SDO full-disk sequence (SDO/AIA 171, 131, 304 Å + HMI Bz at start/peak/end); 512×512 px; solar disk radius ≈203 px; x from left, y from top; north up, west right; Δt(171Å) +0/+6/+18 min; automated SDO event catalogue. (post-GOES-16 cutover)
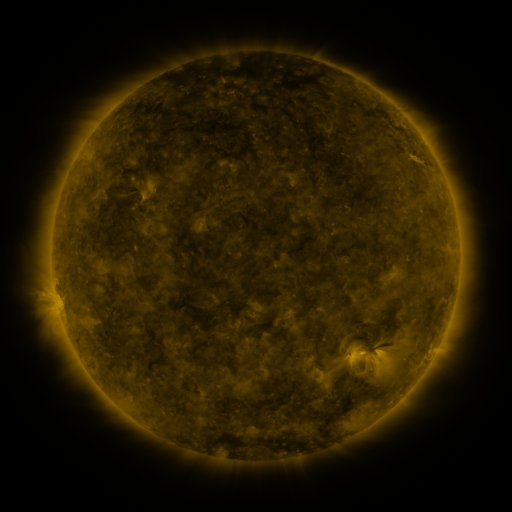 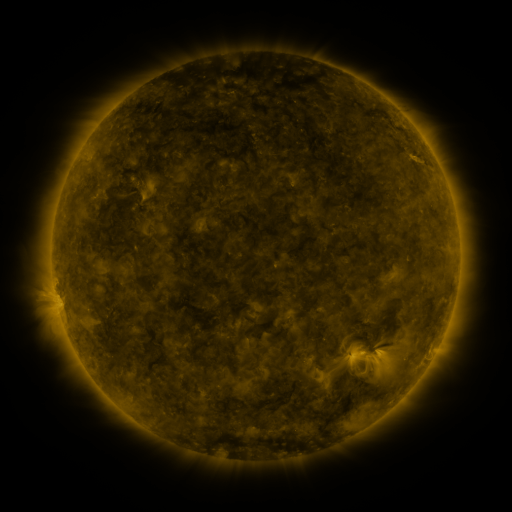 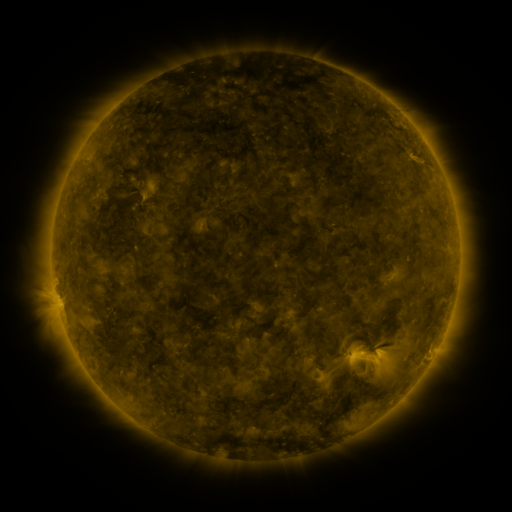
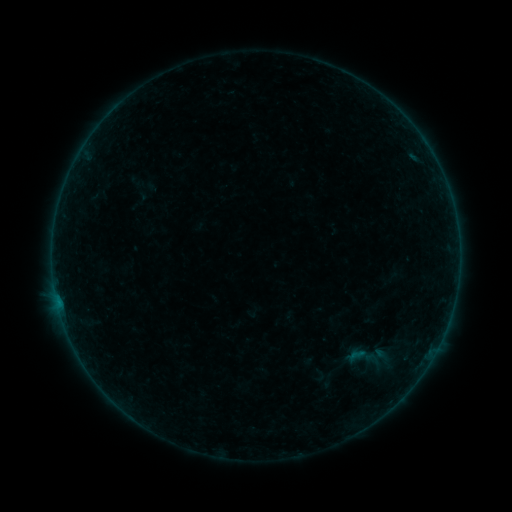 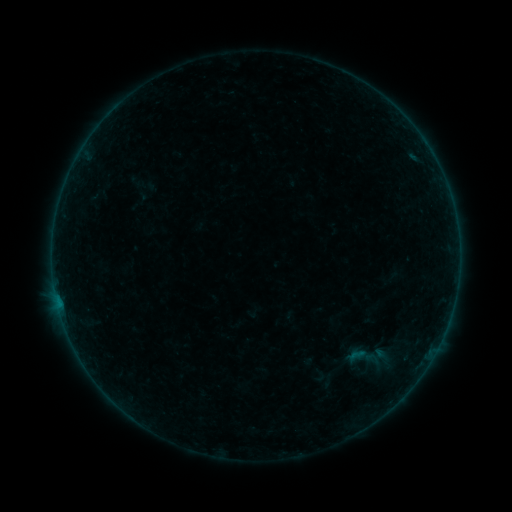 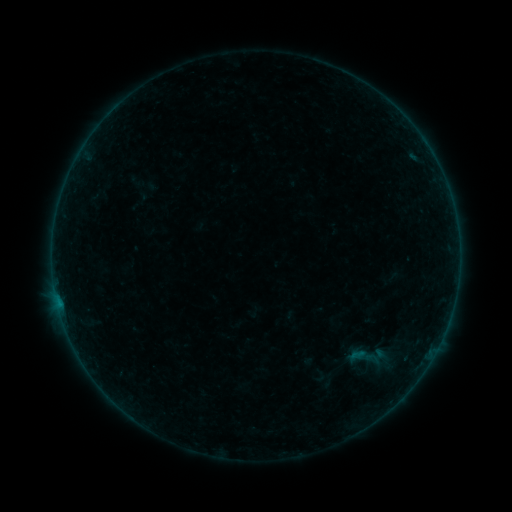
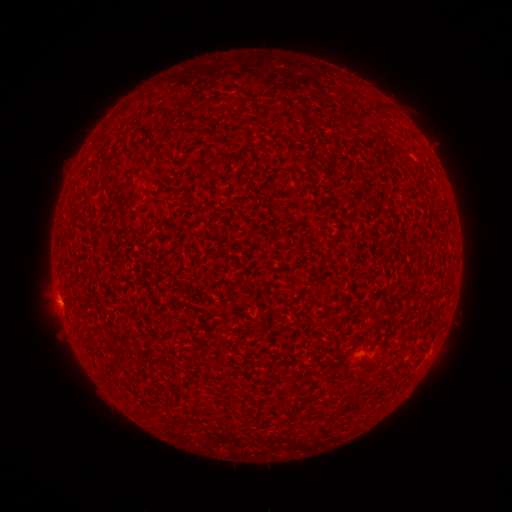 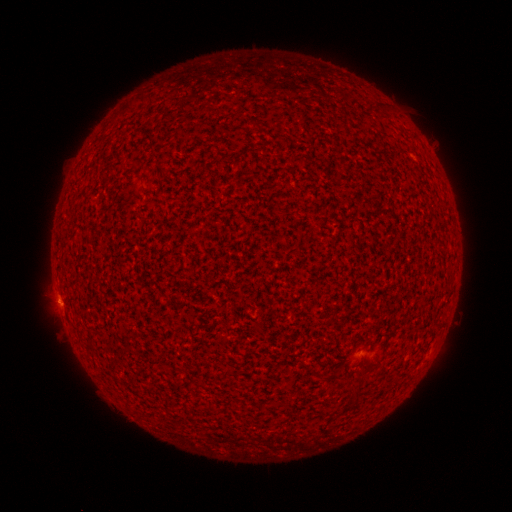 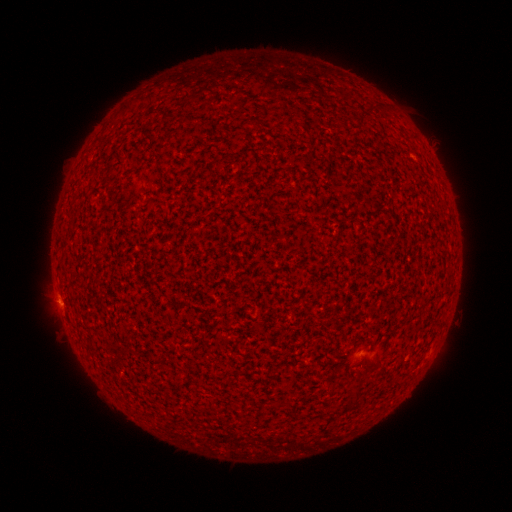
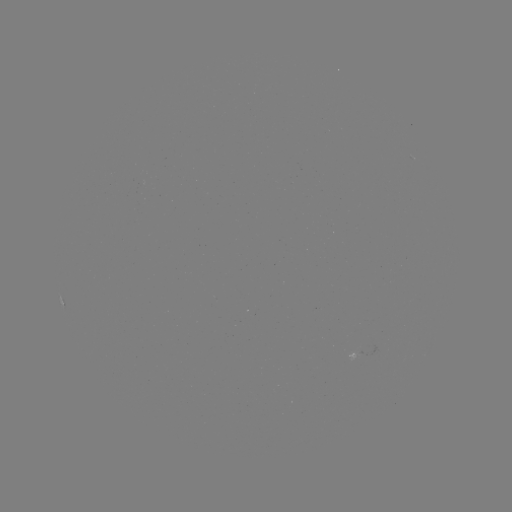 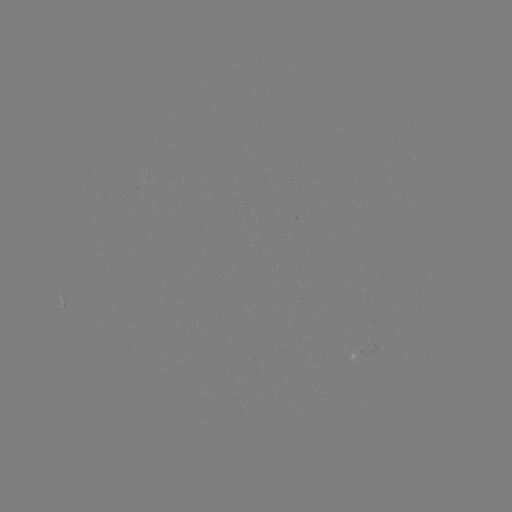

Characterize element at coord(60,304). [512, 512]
B1.4 flare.